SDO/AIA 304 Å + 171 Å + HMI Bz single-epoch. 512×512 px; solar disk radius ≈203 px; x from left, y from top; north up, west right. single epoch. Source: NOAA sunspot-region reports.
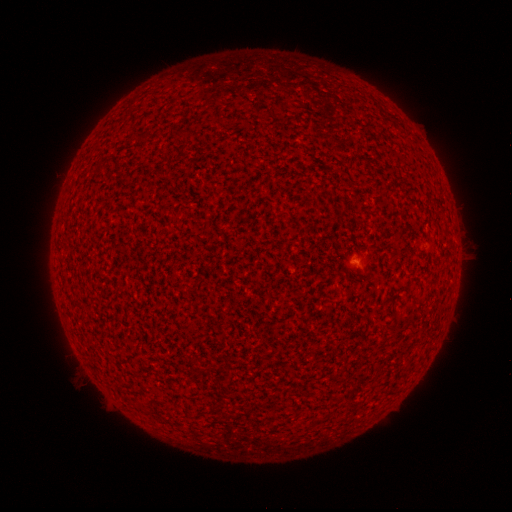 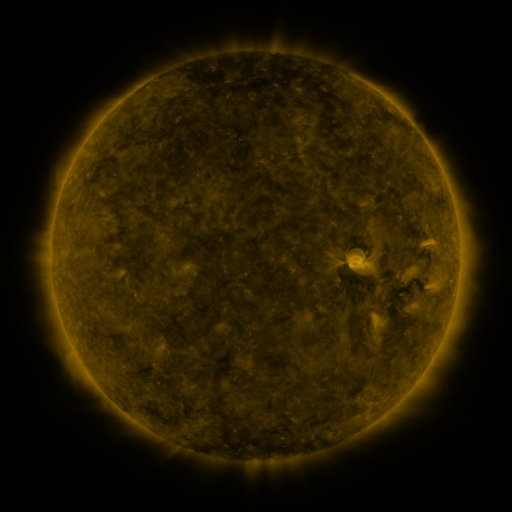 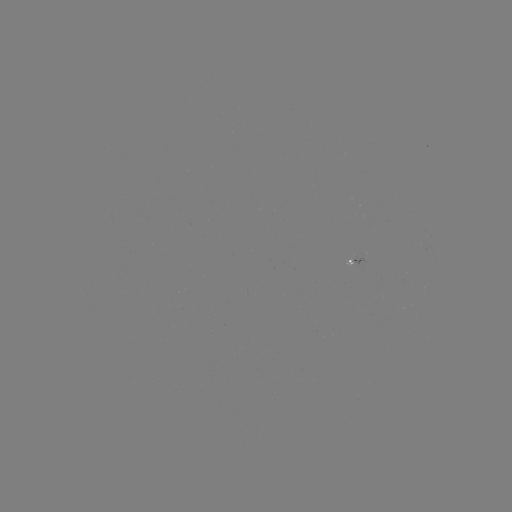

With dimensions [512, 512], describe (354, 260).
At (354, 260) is spotted active region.